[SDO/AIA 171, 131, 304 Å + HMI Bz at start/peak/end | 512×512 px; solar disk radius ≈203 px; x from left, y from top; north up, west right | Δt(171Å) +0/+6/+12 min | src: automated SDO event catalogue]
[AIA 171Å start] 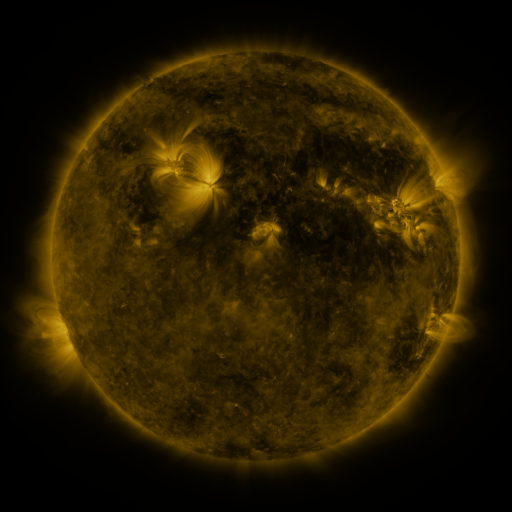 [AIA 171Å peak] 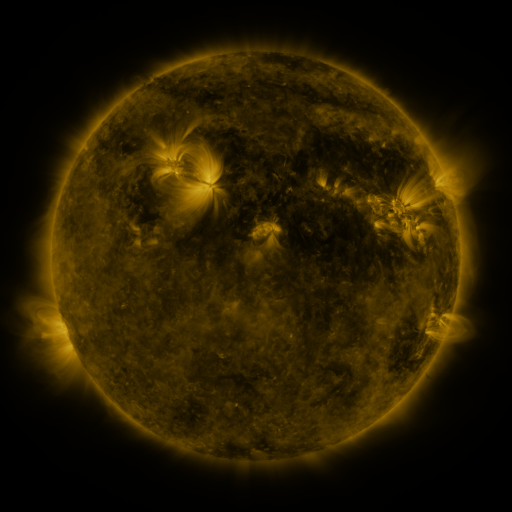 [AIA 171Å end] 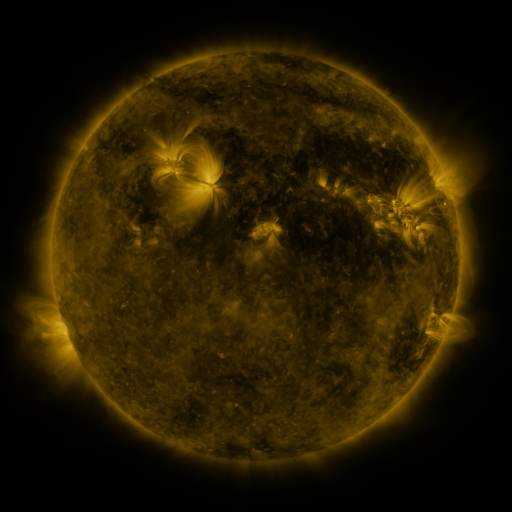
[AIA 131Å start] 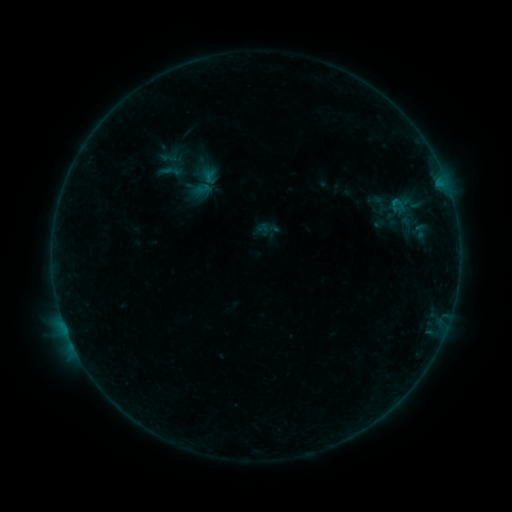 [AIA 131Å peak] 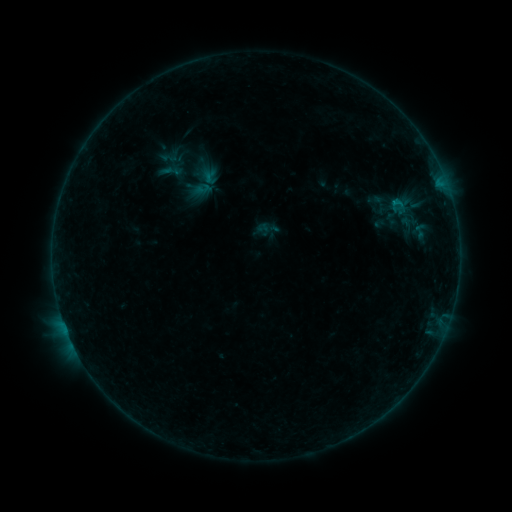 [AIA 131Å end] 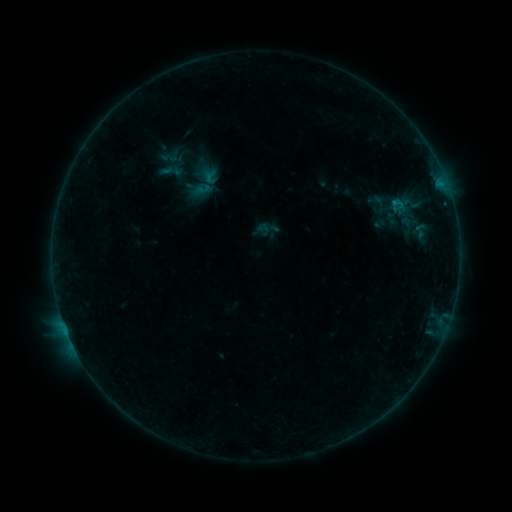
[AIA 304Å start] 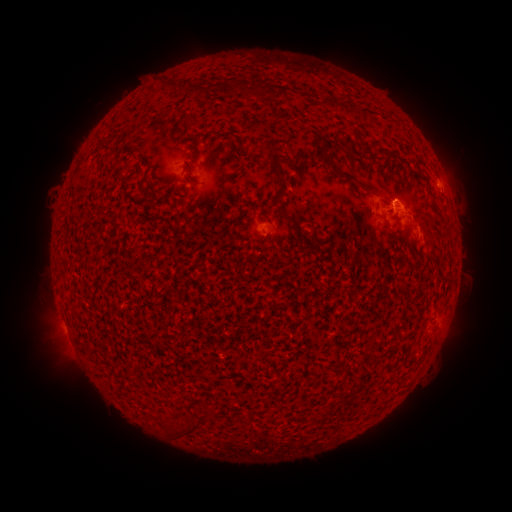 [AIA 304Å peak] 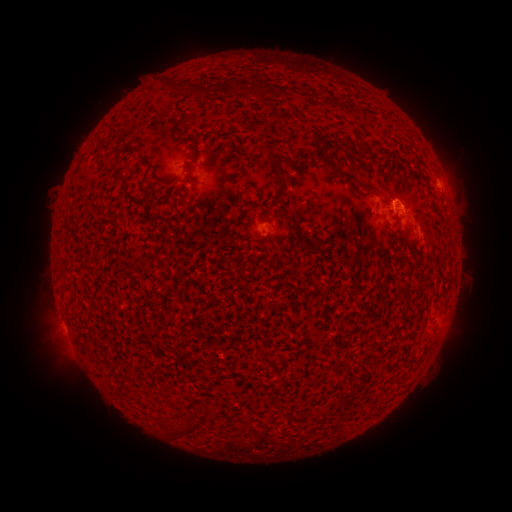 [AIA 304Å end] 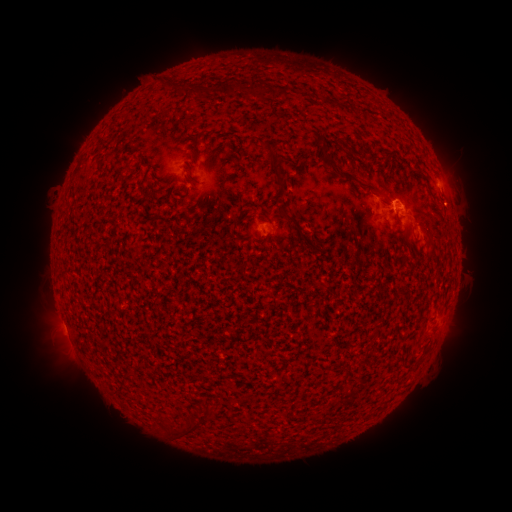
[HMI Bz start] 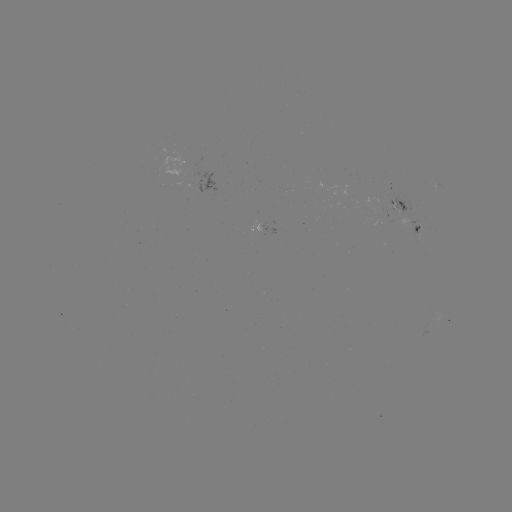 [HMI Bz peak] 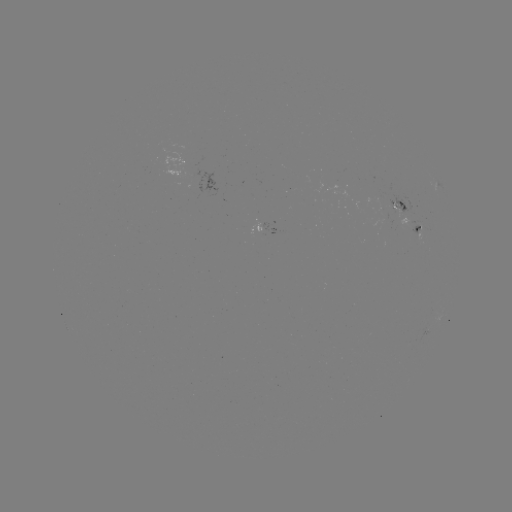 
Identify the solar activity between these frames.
B2.5 flare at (66, 329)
